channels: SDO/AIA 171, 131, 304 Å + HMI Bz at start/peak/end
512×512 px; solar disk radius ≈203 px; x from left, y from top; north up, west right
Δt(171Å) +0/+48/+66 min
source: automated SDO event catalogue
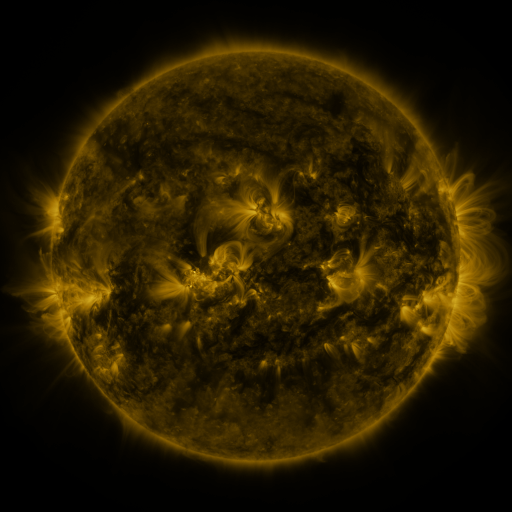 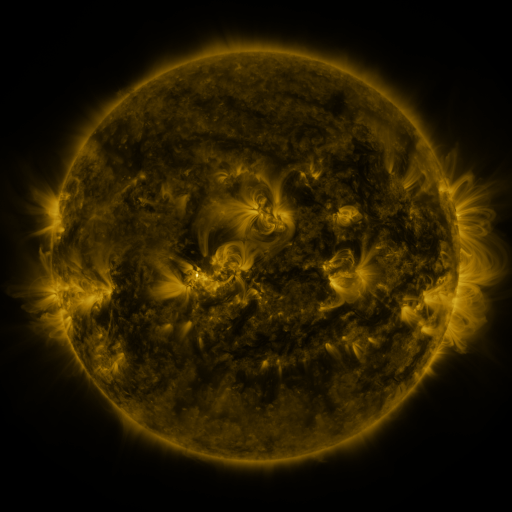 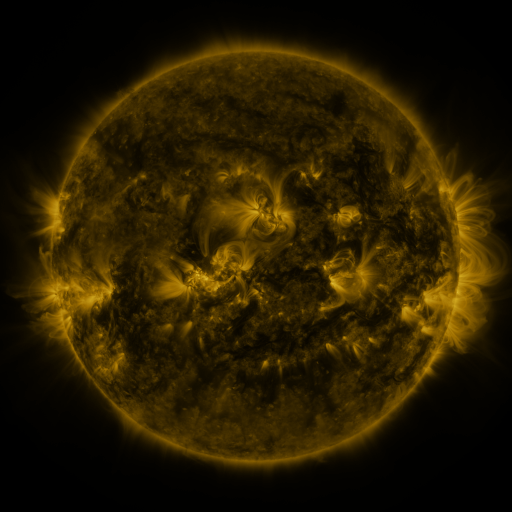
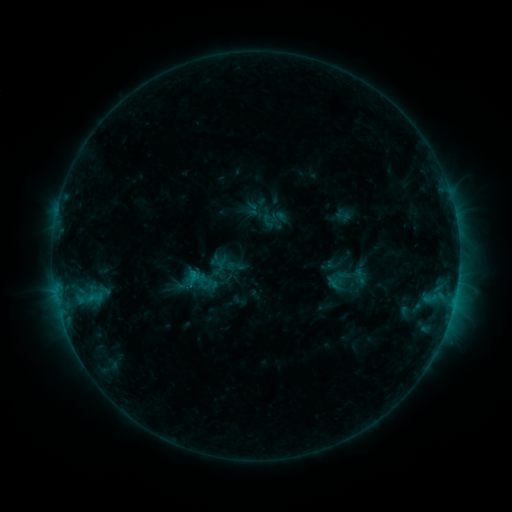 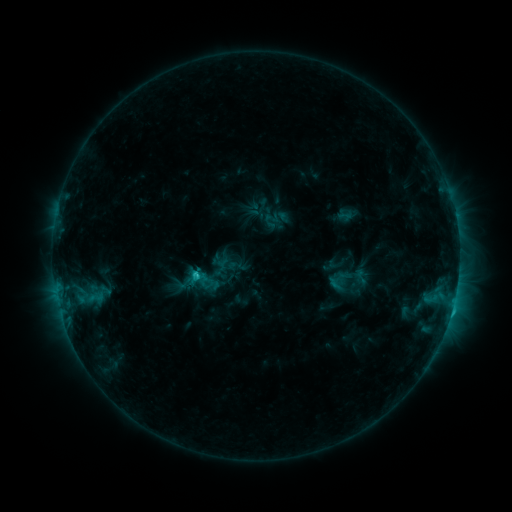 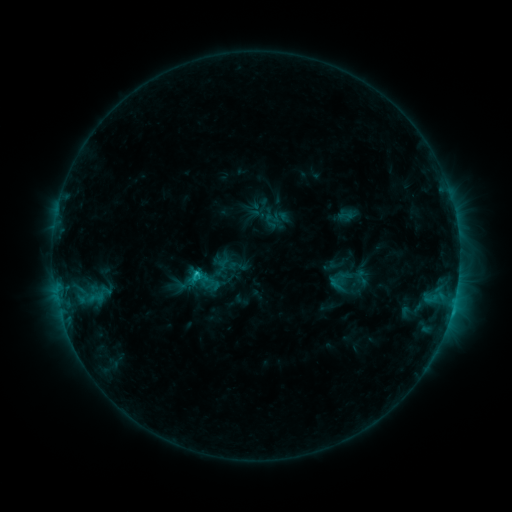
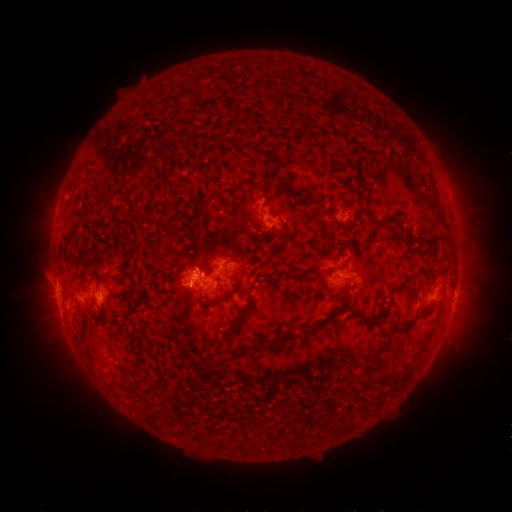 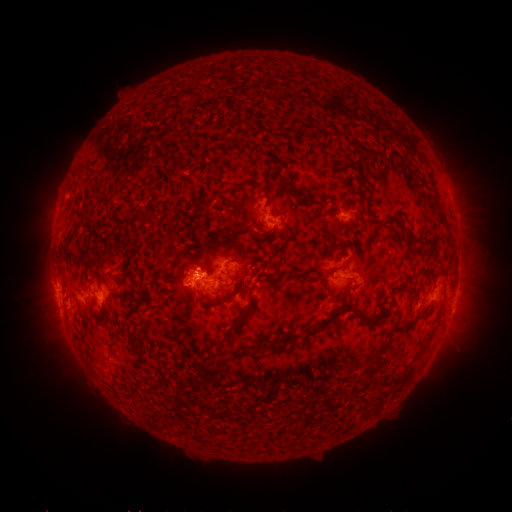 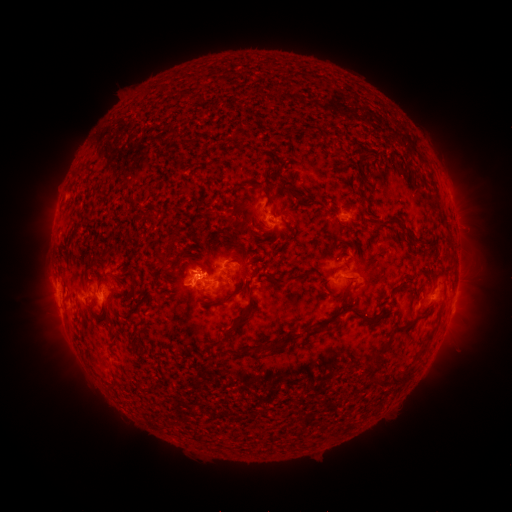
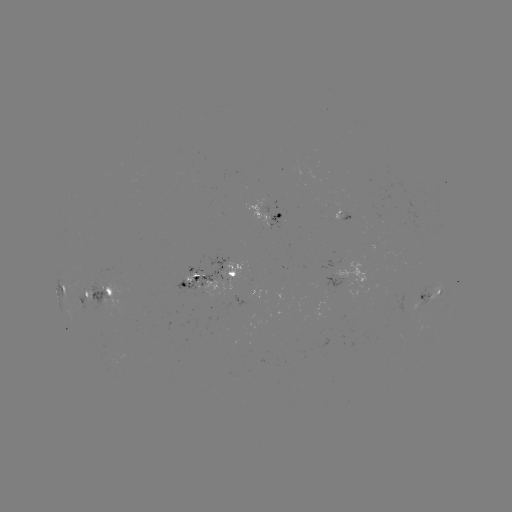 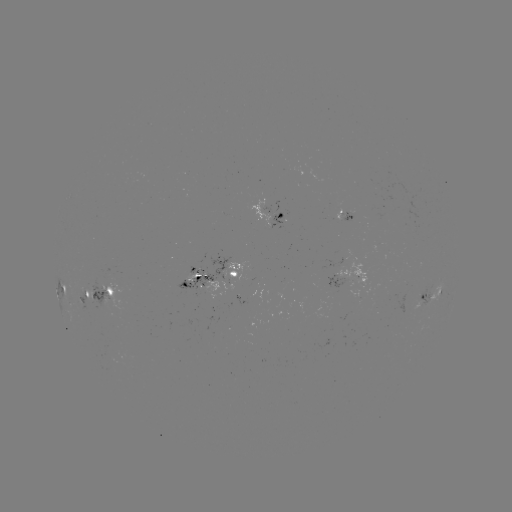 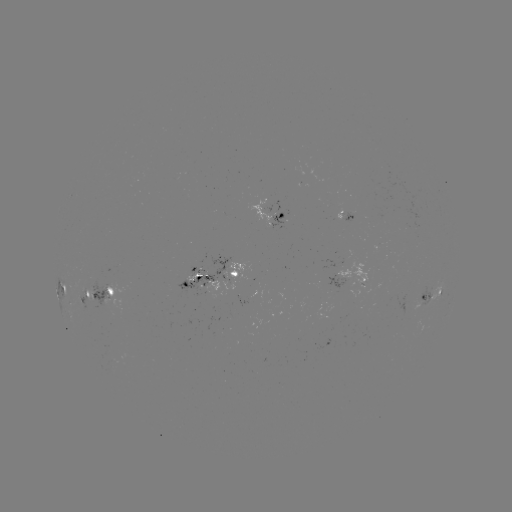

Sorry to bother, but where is C2.5 flare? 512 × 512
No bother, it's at [197, 272].